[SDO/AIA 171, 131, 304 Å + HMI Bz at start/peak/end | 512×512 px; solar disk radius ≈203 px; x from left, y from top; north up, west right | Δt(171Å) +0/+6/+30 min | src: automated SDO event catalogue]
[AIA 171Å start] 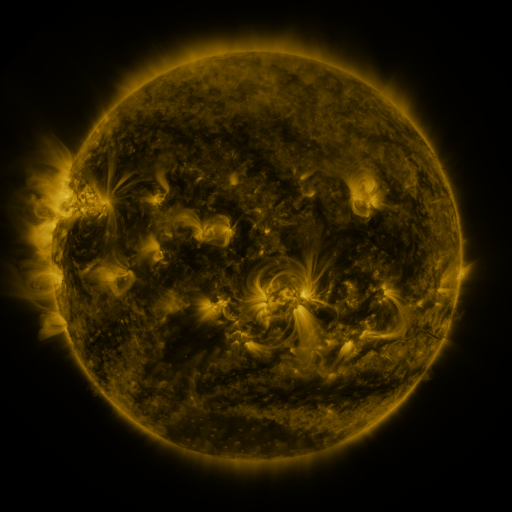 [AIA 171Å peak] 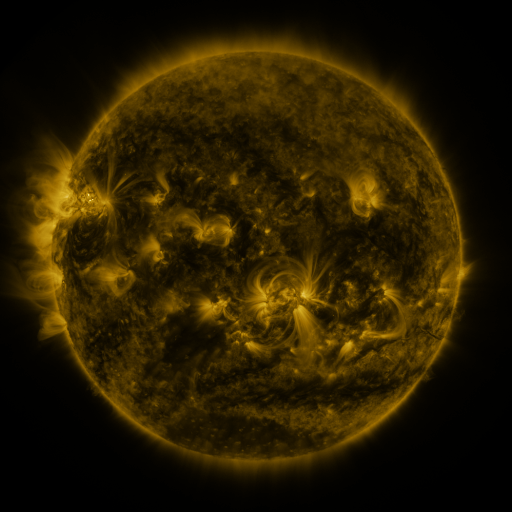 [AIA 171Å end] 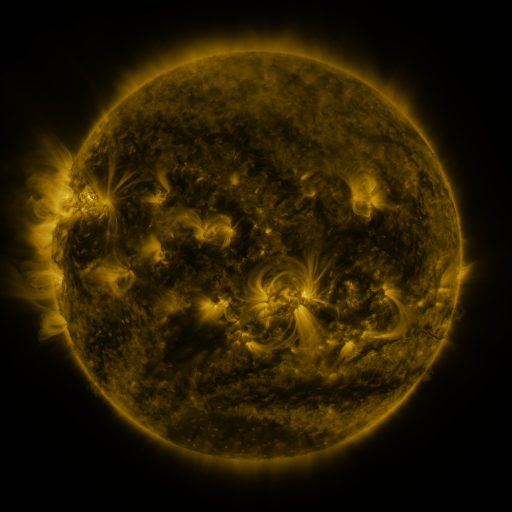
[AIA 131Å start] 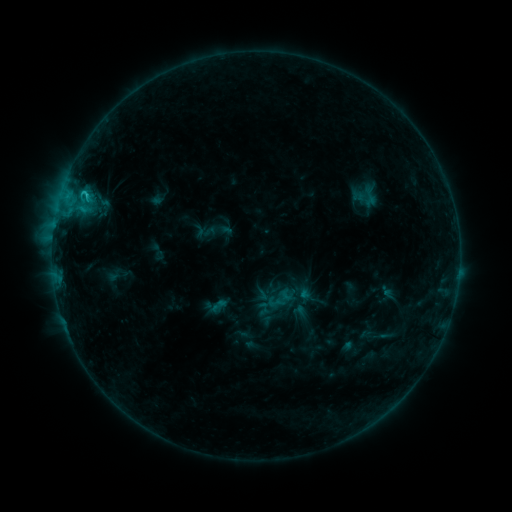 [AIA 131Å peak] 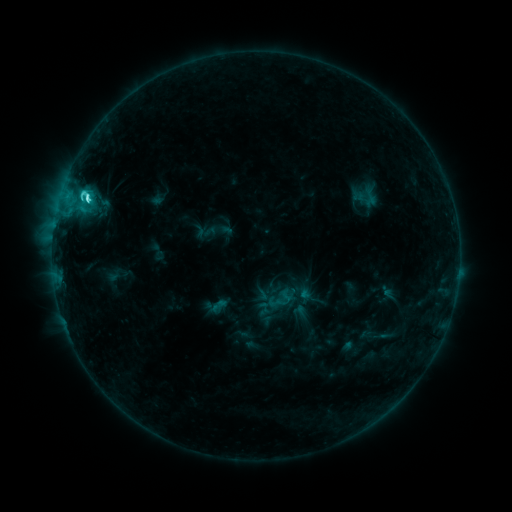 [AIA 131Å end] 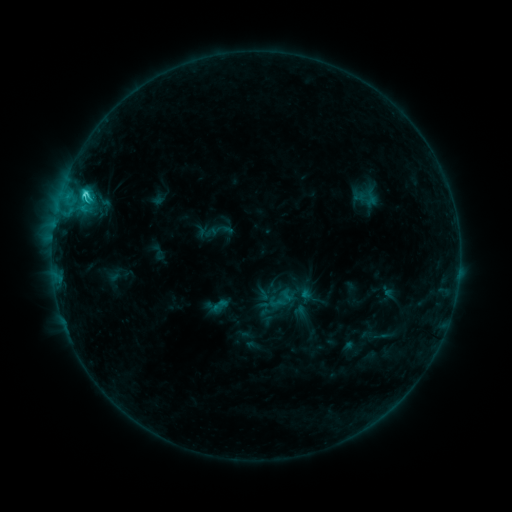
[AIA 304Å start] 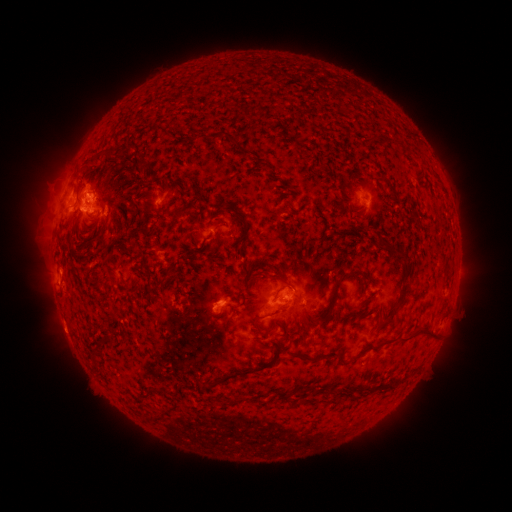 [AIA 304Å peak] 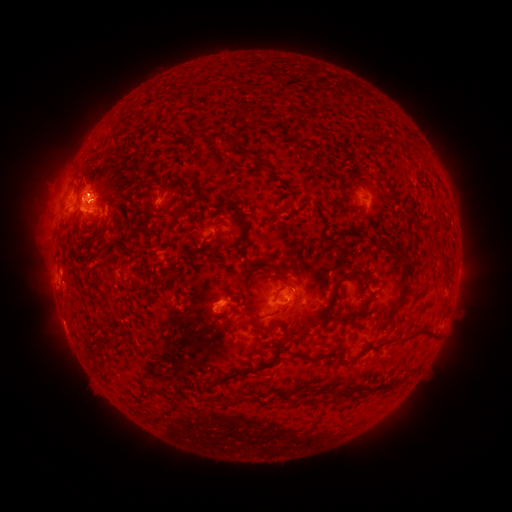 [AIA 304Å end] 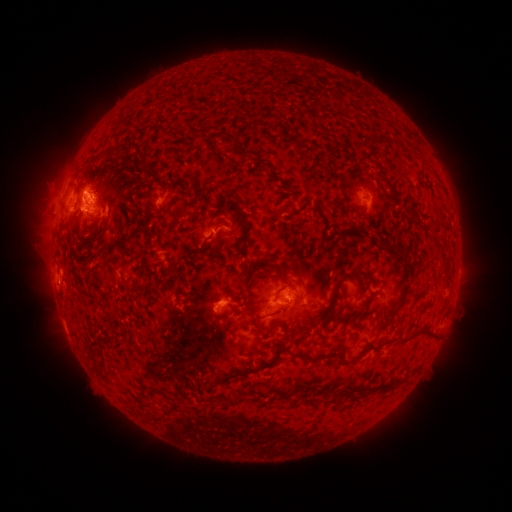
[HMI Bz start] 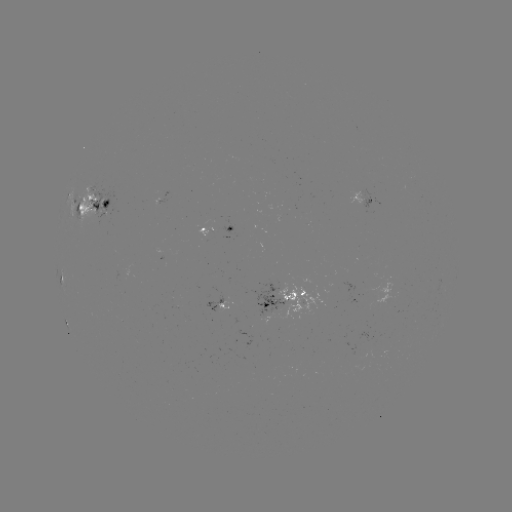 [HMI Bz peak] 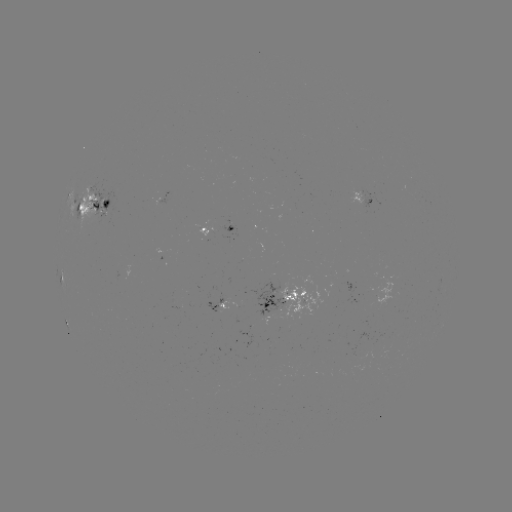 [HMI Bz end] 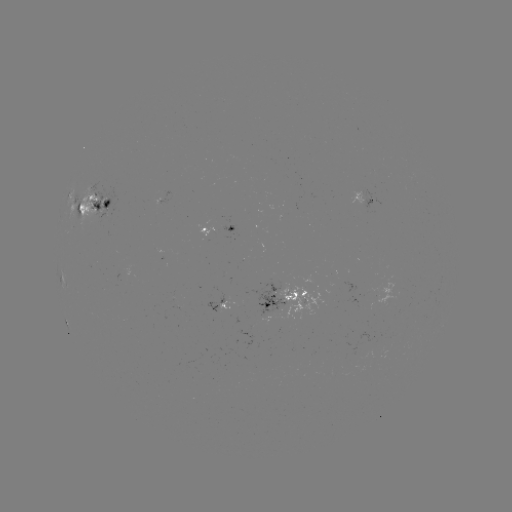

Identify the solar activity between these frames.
C4.3 flare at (88, 200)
